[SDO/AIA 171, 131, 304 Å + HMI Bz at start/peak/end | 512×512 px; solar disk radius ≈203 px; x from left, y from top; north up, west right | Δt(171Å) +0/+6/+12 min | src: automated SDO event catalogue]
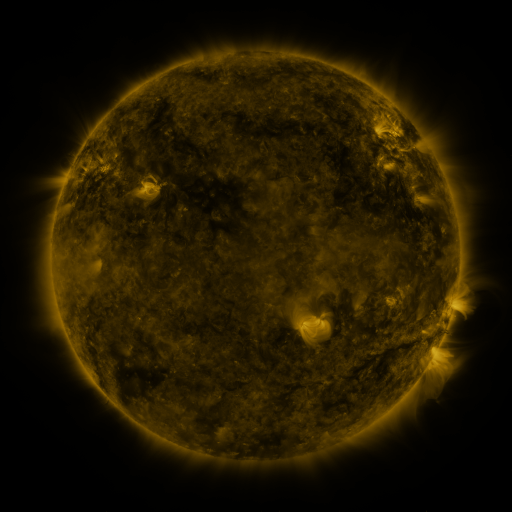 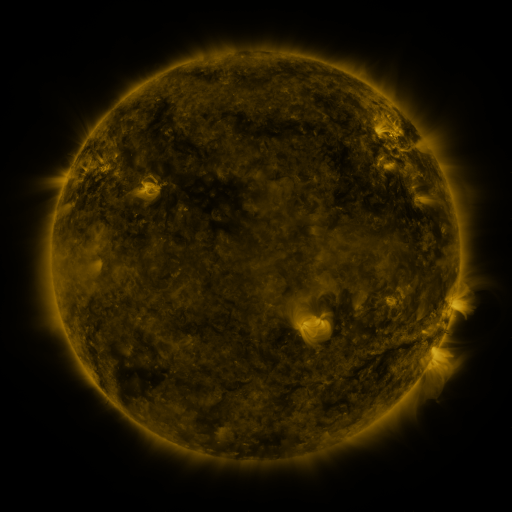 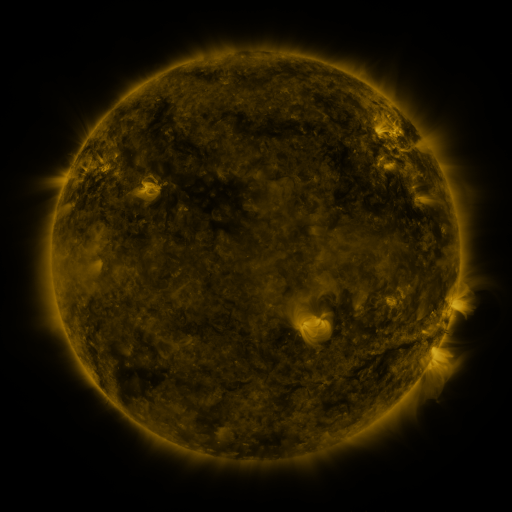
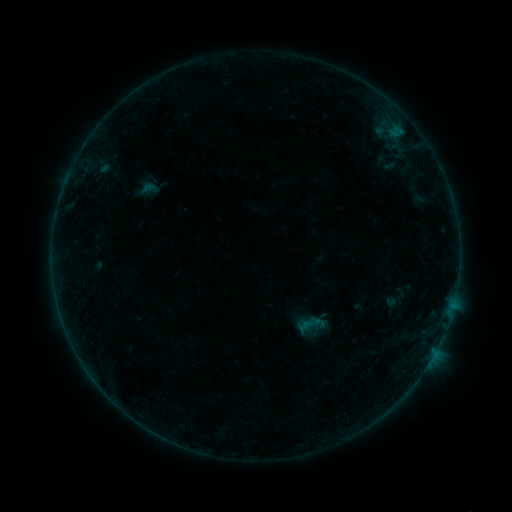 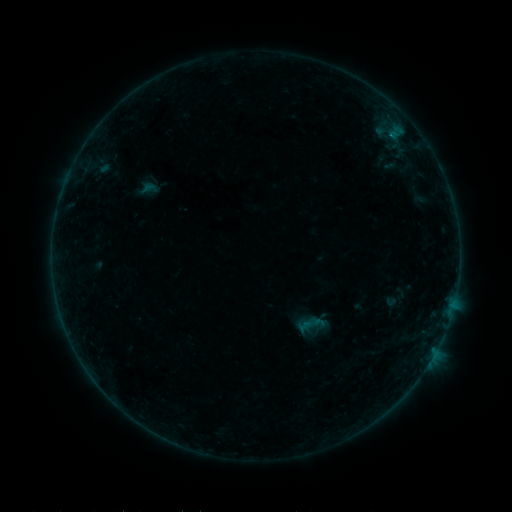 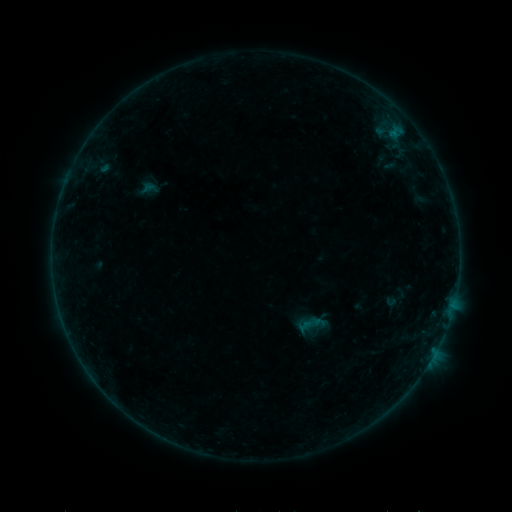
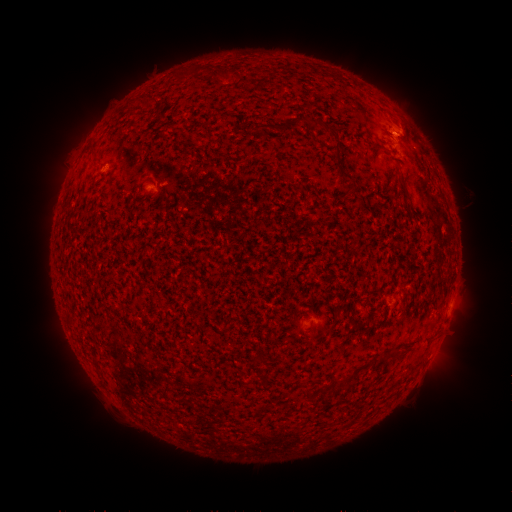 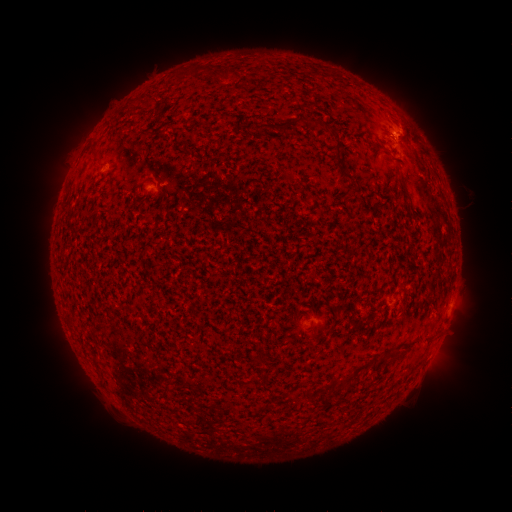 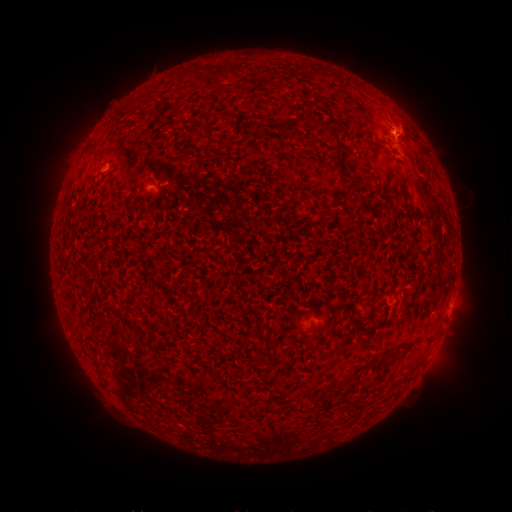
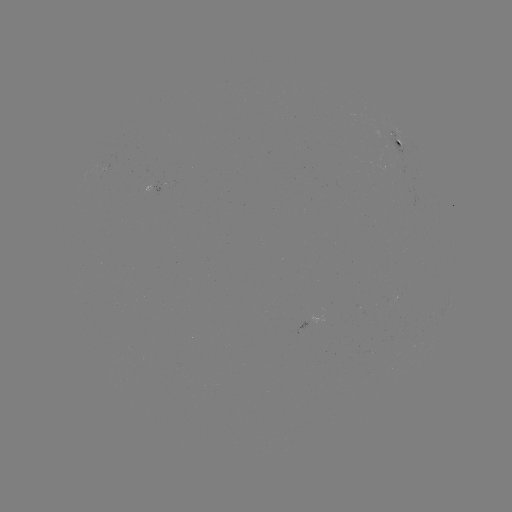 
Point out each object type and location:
B2.3 flare: (392, 135)
